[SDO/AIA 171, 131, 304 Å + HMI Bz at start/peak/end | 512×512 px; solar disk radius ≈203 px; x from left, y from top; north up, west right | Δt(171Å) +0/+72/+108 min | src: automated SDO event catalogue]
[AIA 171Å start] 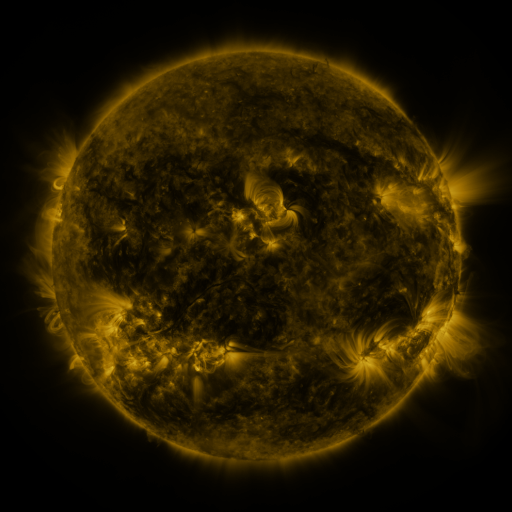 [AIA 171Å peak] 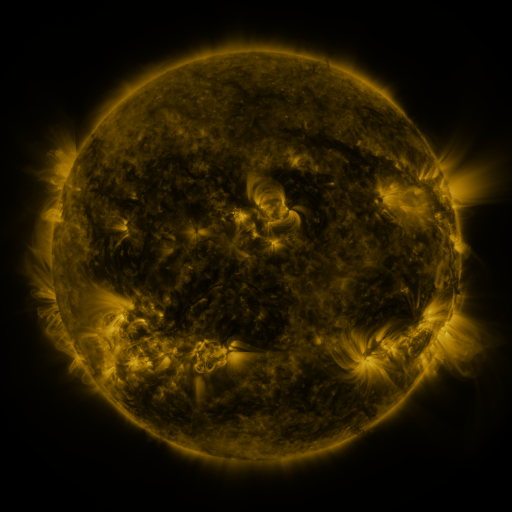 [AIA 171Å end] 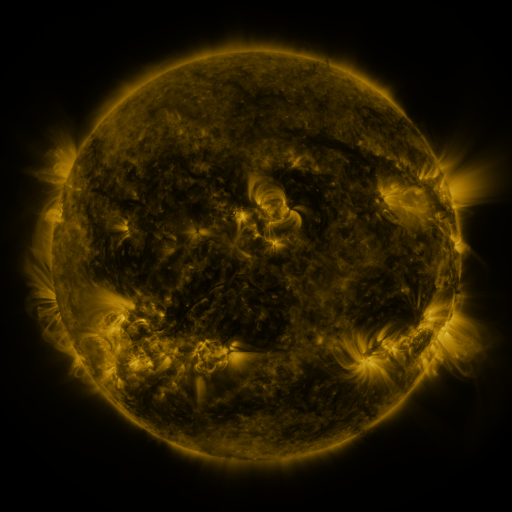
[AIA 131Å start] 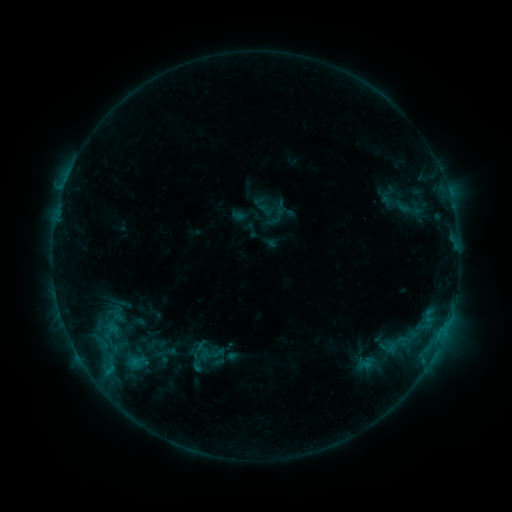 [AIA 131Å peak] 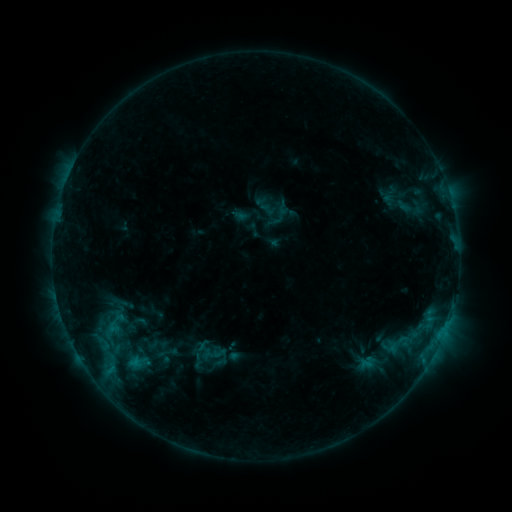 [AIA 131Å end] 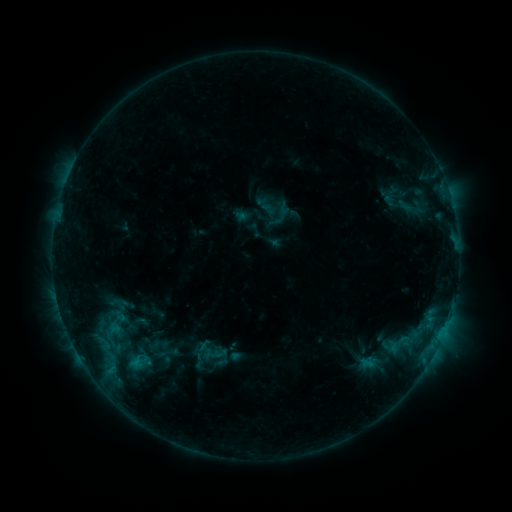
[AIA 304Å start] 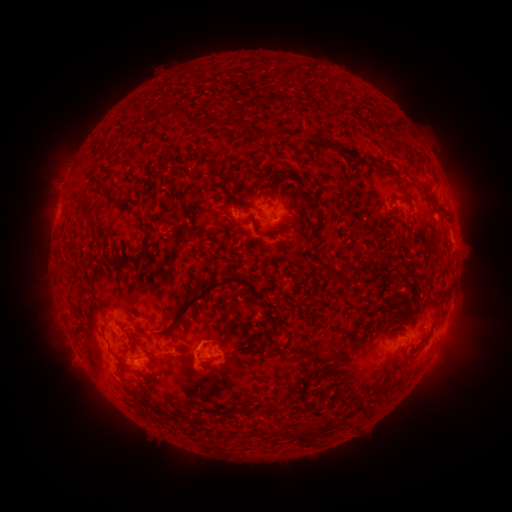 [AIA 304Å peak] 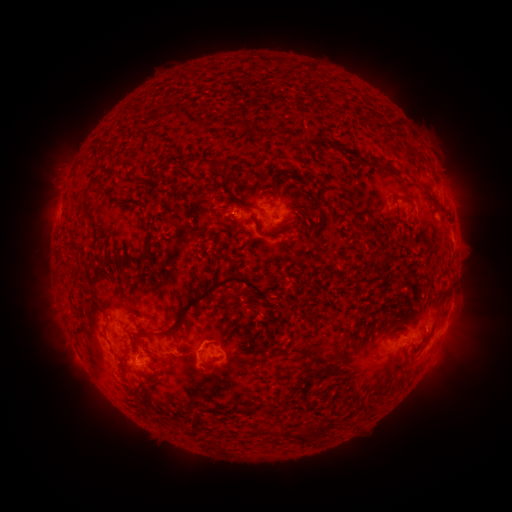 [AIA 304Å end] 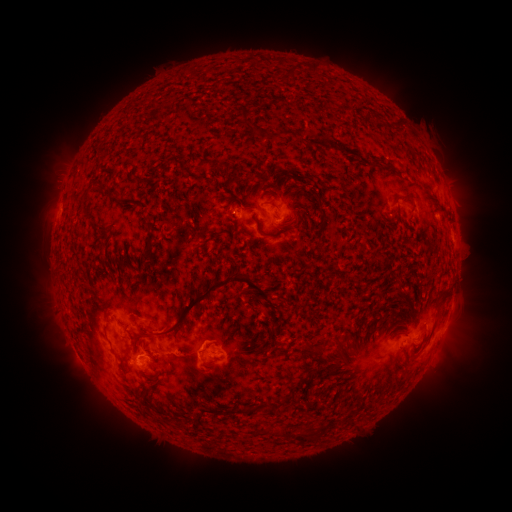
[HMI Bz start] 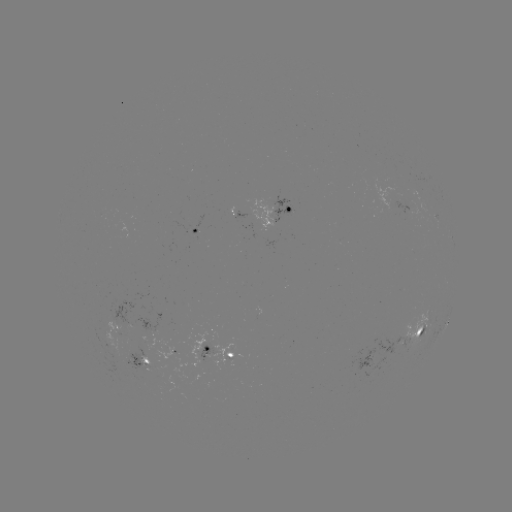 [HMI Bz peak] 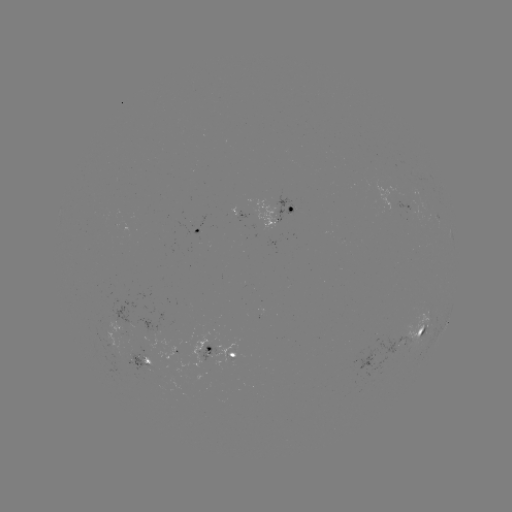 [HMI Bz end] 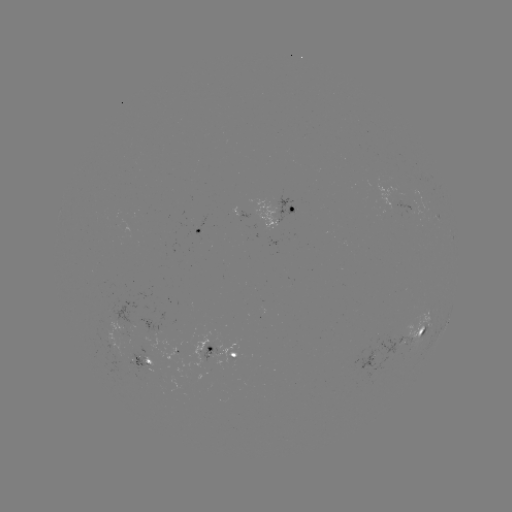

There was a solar emerging-flux region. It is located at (119, 332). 